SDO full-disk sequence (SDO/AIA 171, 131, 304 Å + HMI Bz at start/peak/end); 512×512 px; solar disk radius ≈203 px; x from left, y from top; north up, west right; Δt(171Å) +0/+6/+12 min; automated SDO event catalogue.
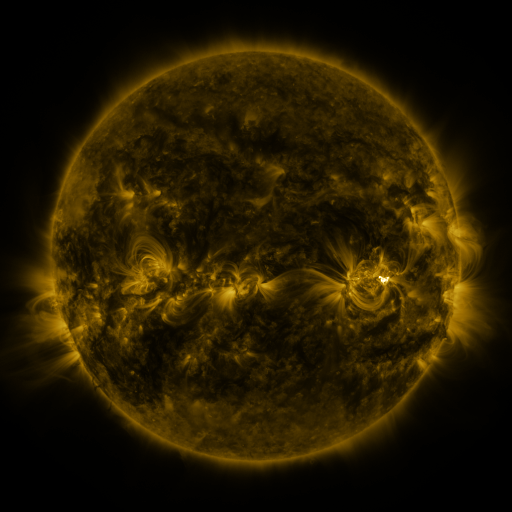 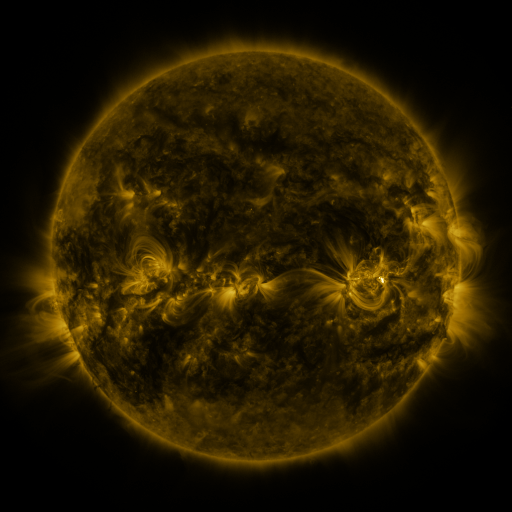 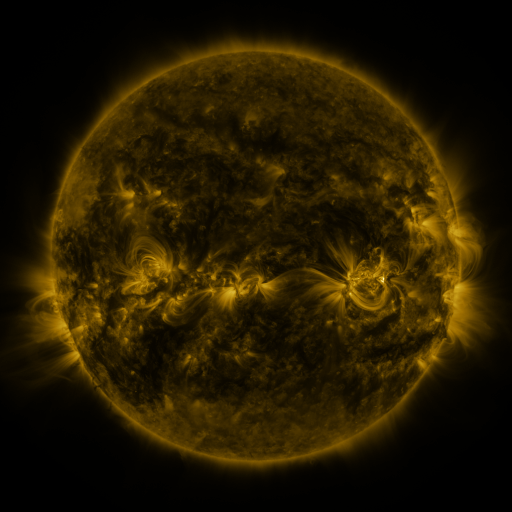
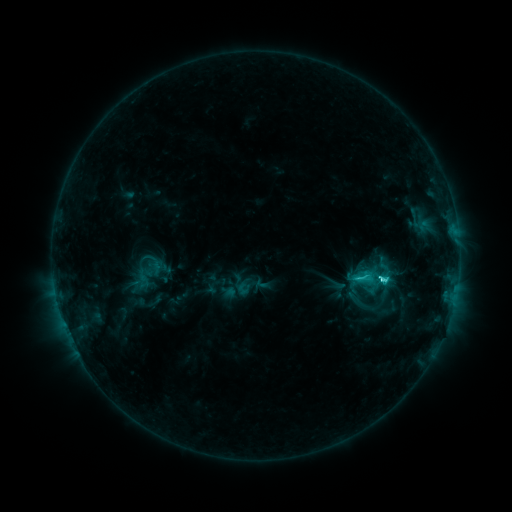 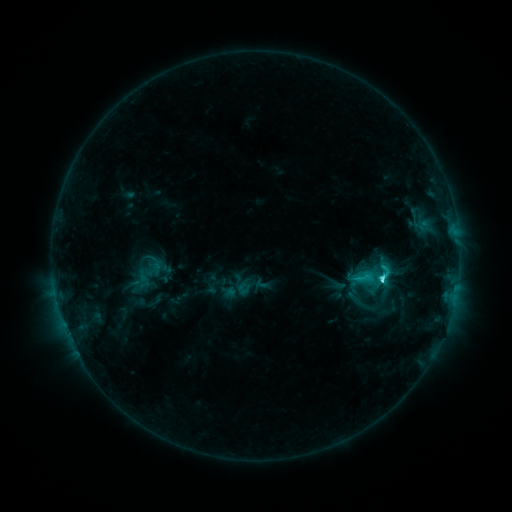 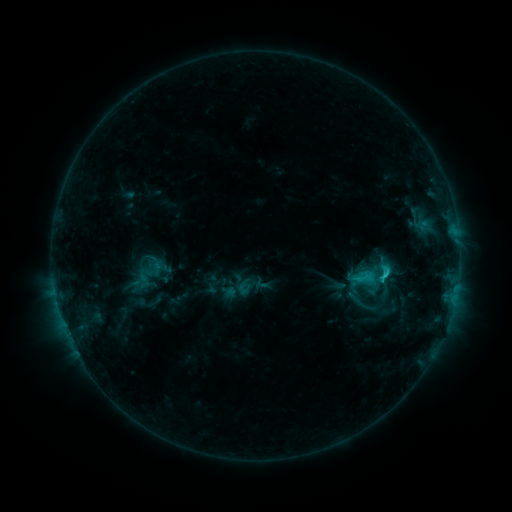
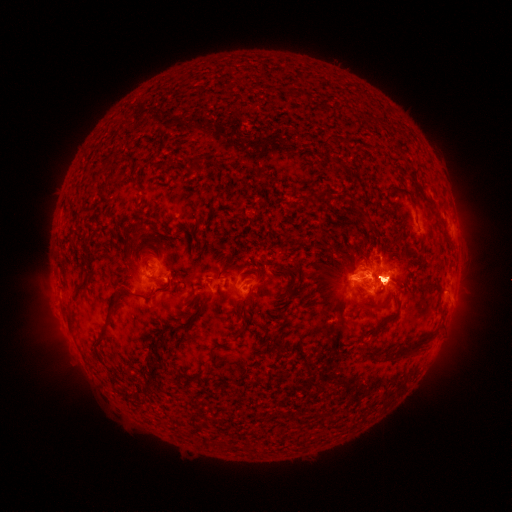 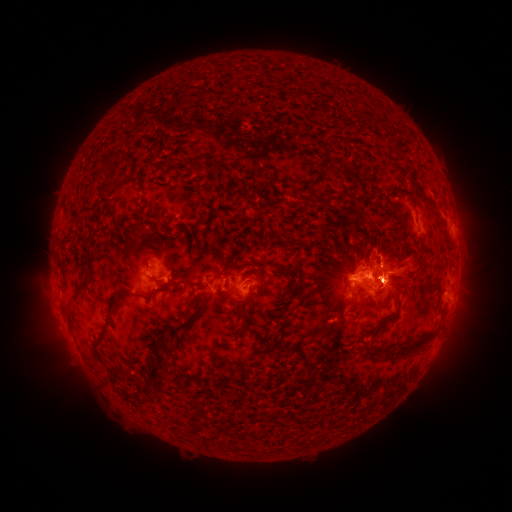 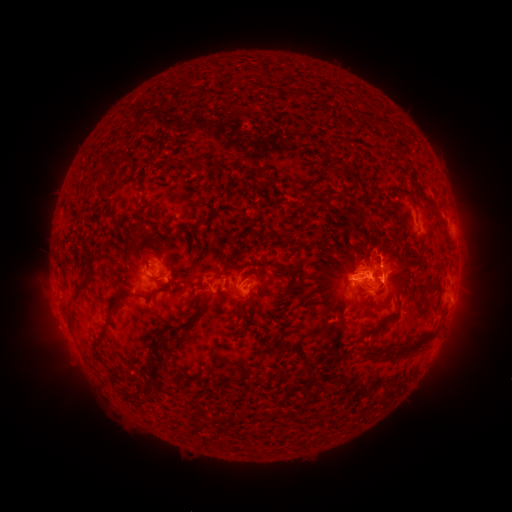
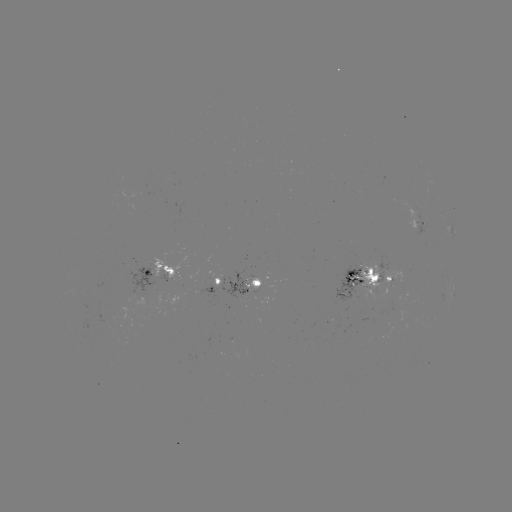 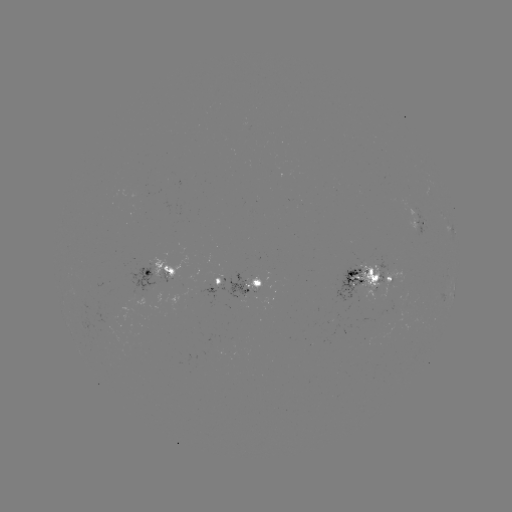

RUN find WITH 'eruption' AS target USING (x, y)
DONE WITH (394, 277) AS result